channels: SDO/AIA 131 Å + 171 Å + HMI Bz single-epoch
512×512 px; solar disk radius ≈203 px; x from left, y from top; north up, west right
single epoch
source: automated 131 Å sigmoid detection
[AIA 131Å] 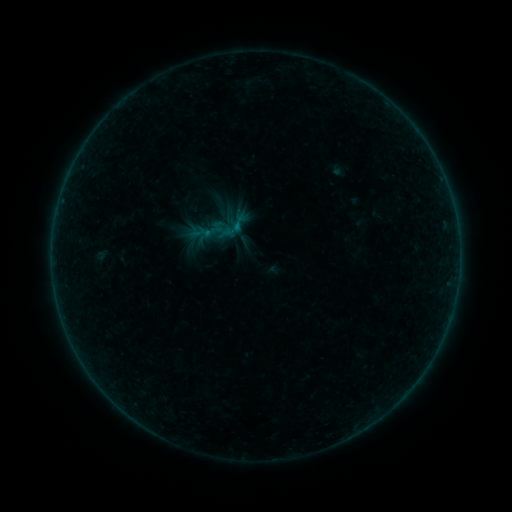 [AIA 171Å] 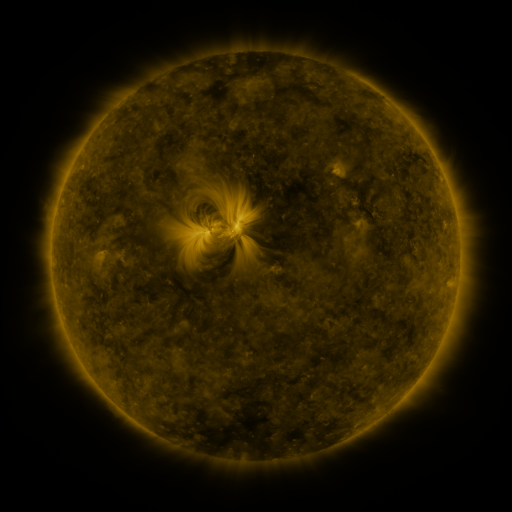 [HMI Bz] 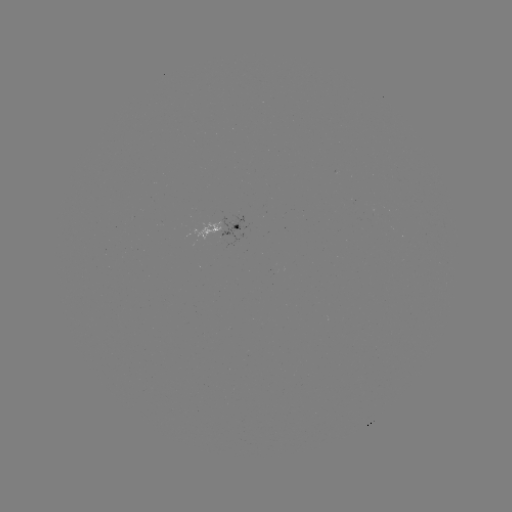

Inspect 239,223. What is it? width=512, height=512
sigmoid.